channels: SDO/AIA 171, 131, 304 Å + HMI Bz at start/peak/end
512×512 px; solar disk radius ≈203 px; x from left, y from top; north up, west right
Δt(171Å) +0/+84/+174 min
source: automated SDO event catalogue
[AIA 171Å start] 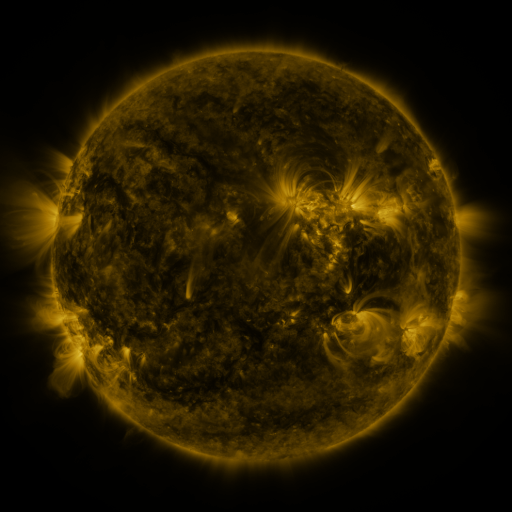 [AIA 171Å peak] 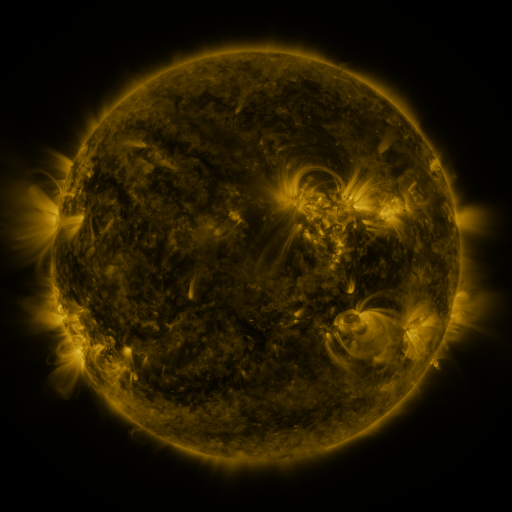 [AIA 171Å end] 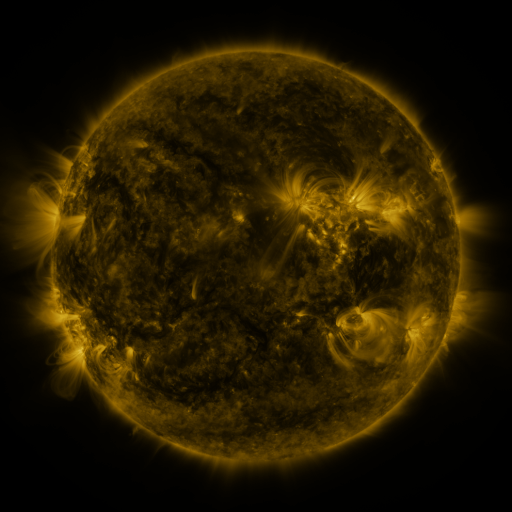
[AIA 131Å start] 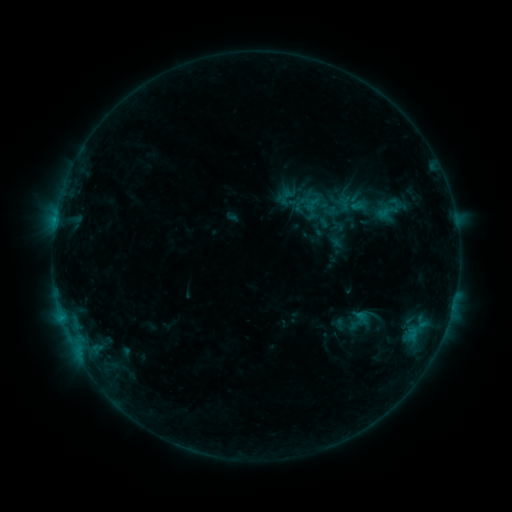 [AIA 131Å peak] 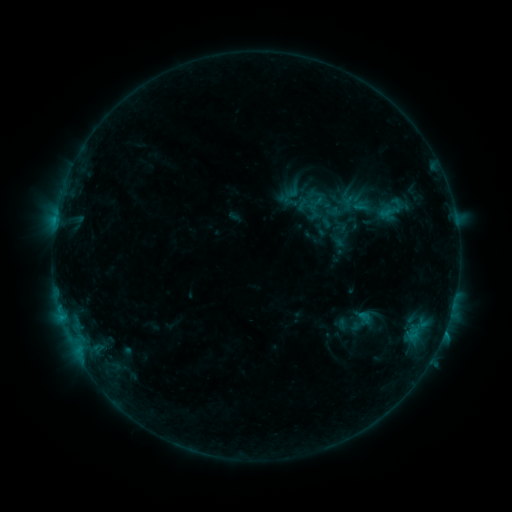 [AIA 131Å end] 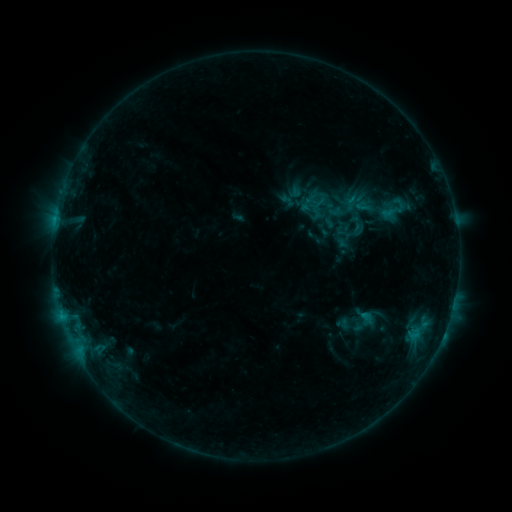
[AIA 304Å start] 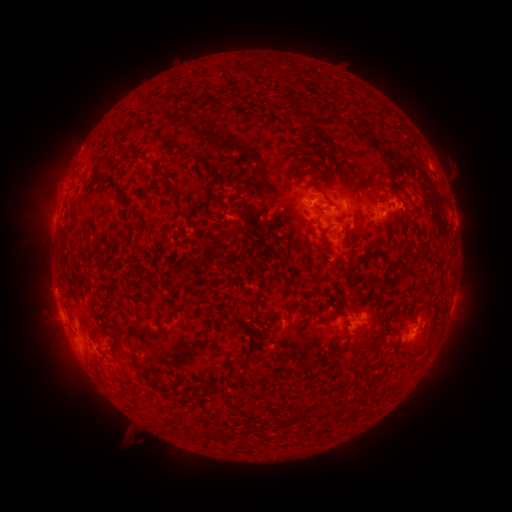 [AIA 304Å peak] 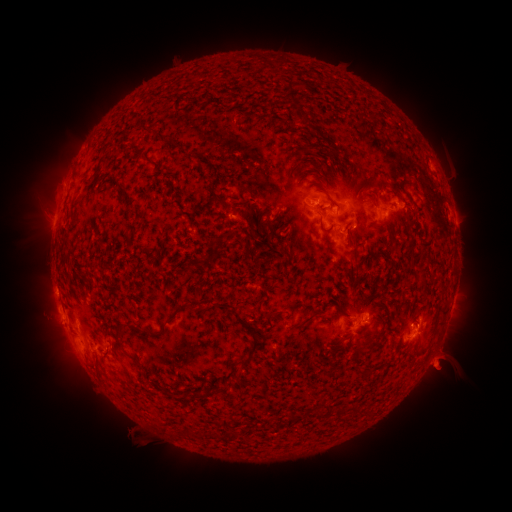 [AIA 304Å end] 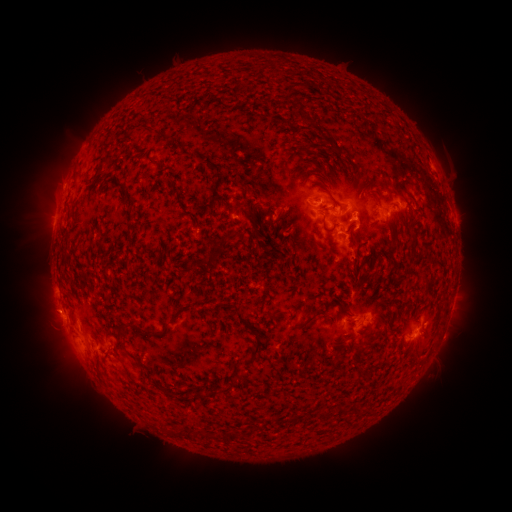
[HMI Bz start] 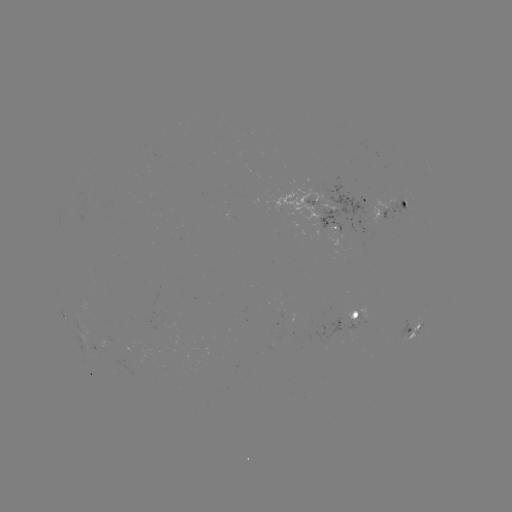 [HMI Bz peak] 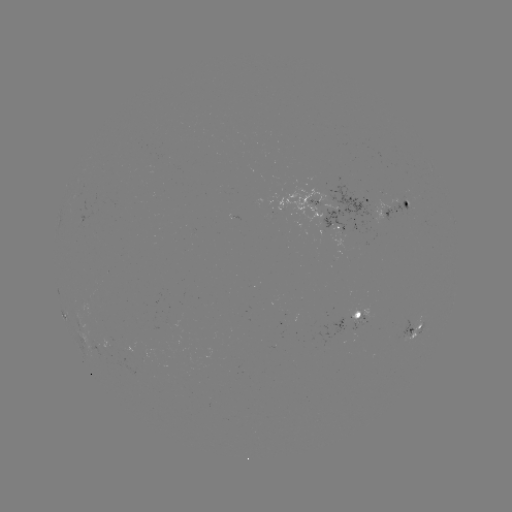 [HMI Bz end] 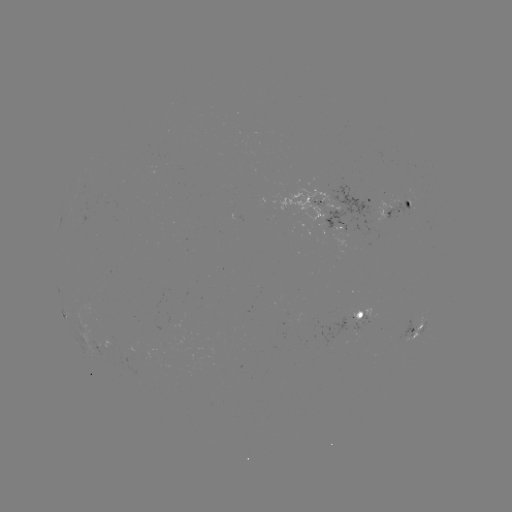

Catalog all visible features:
filament eruption: (451, 393)
